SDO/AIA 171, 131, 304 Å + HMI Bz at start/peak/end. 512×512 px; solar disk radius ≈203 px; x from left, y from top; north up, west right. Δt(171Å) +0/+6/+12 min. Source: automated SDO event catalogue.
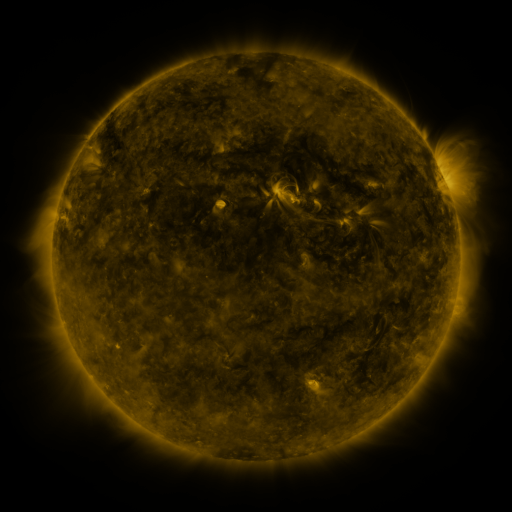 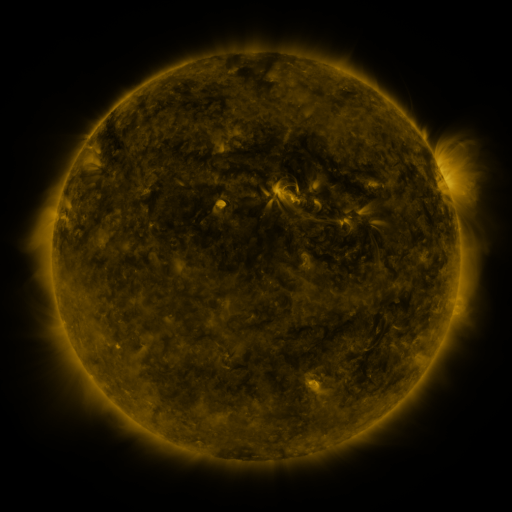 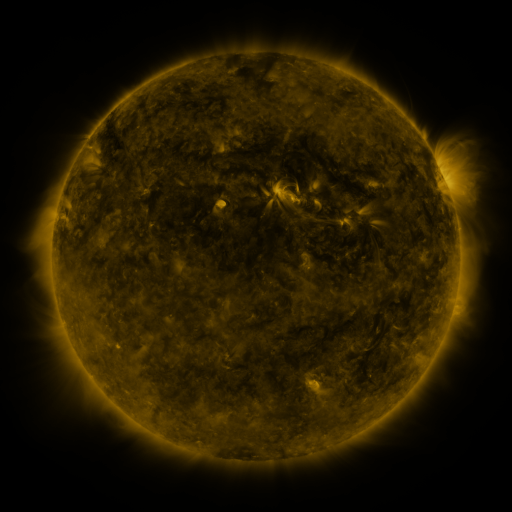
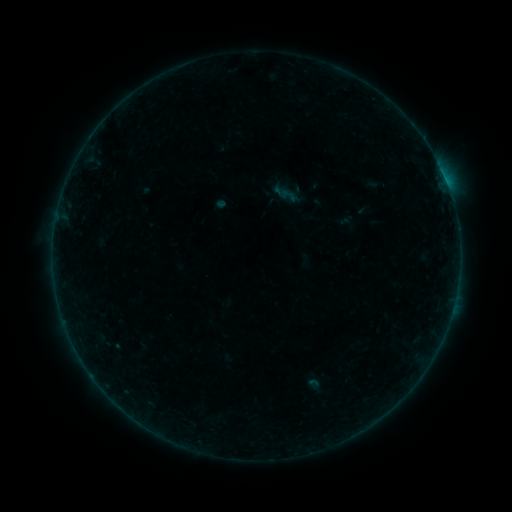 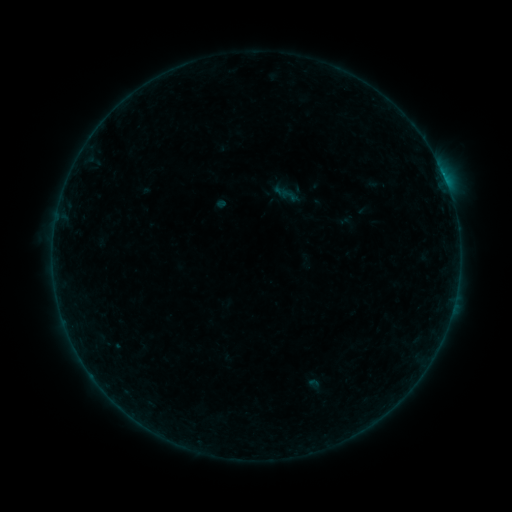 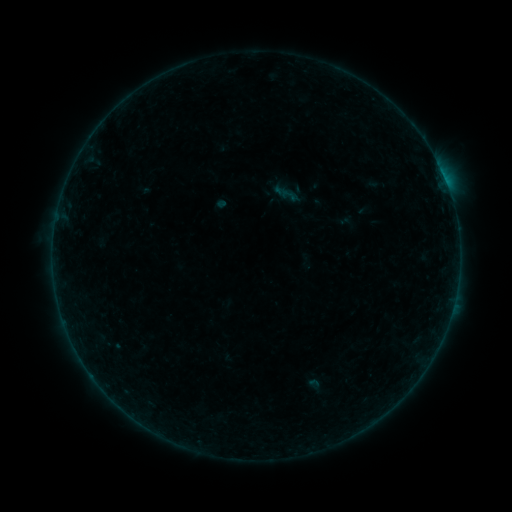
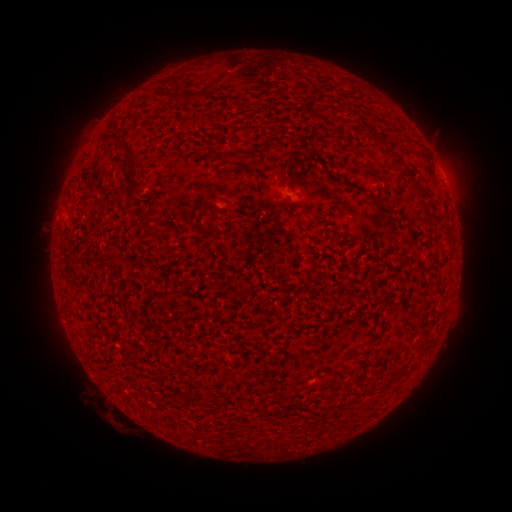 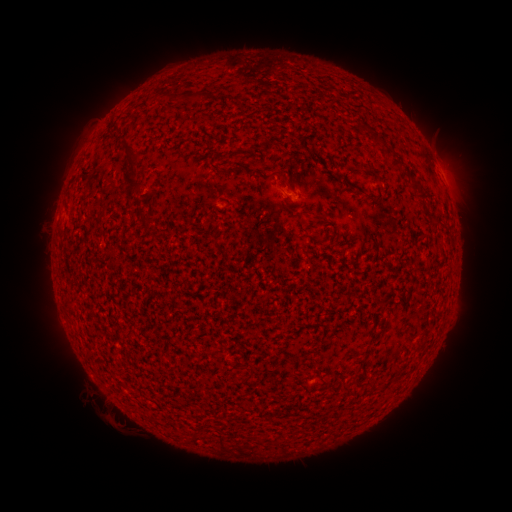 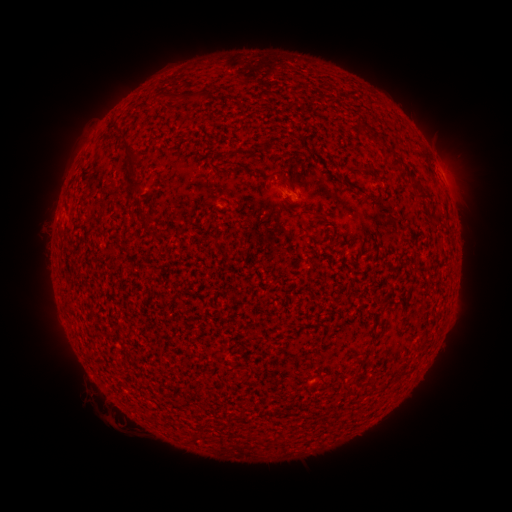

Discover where B1.4 flare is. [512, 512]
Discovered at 441,174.